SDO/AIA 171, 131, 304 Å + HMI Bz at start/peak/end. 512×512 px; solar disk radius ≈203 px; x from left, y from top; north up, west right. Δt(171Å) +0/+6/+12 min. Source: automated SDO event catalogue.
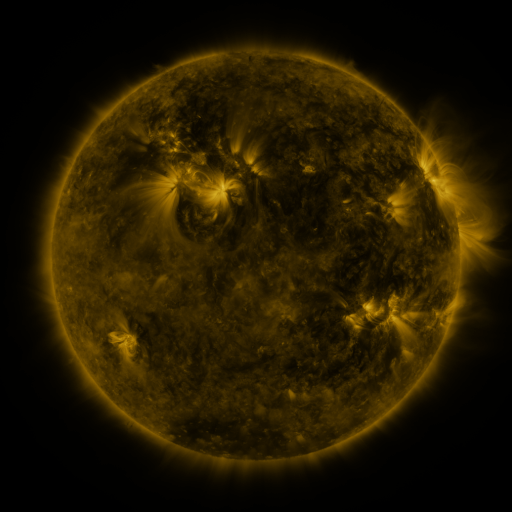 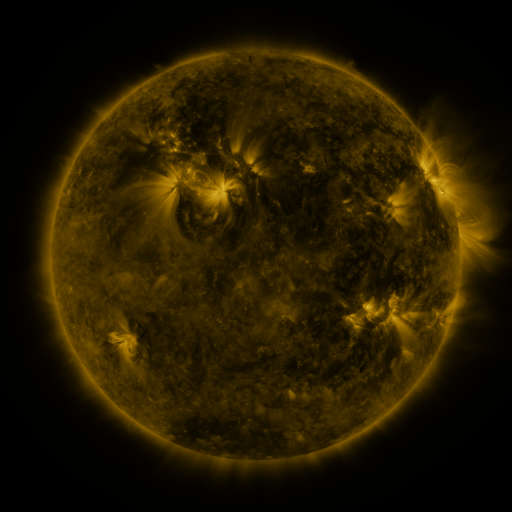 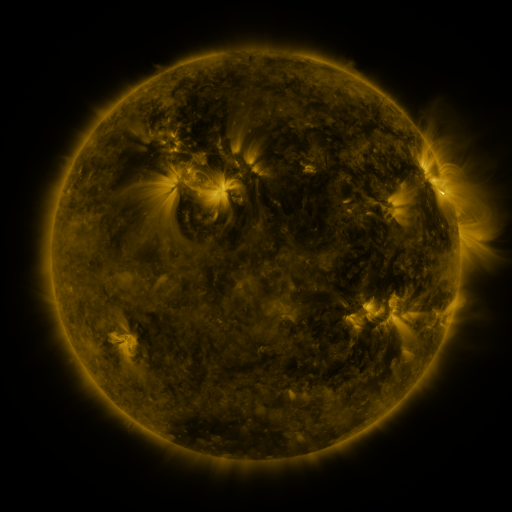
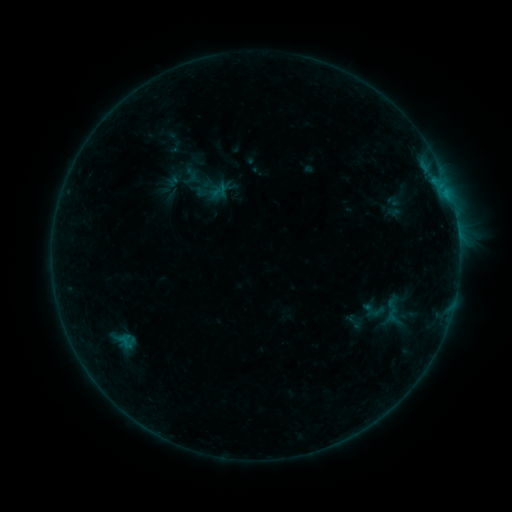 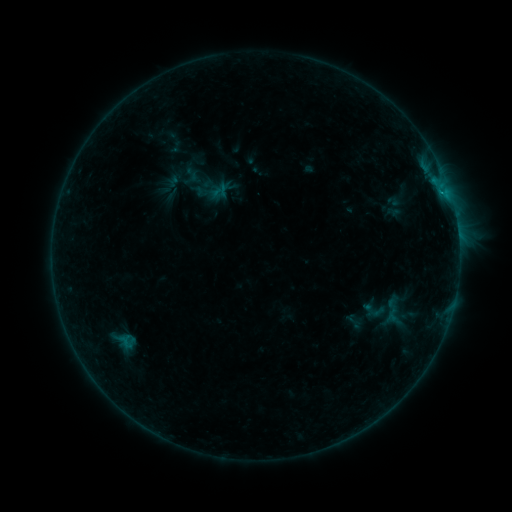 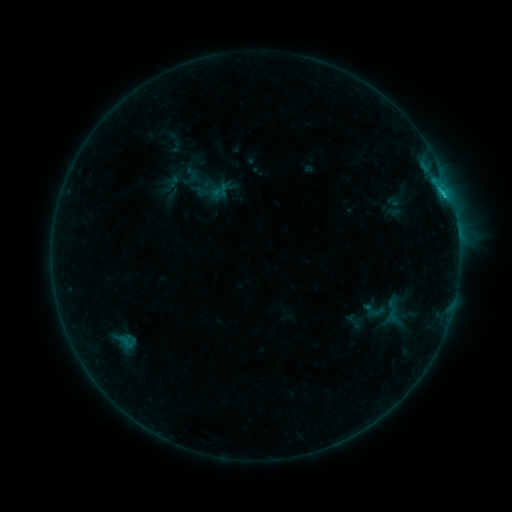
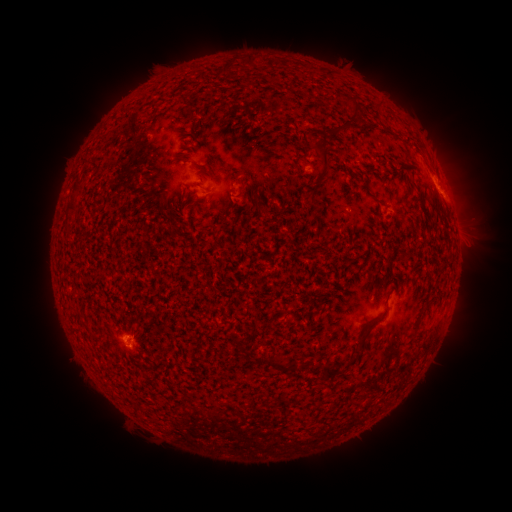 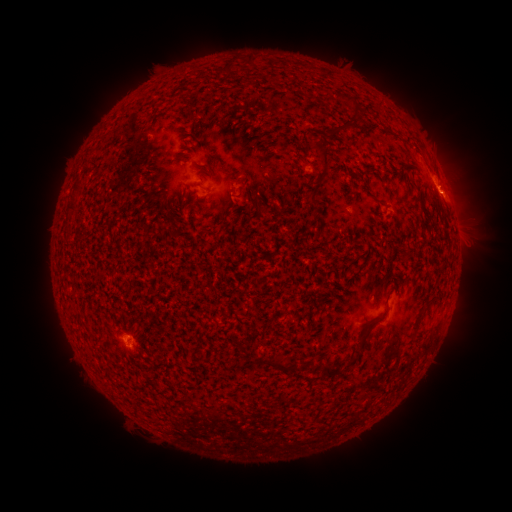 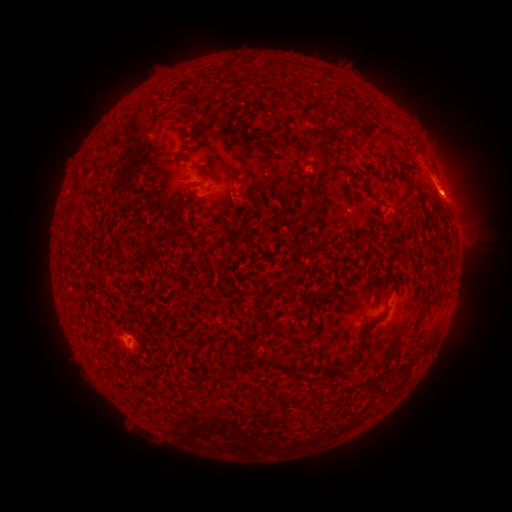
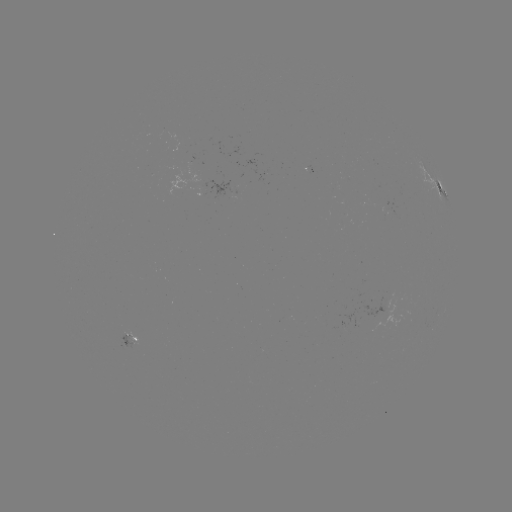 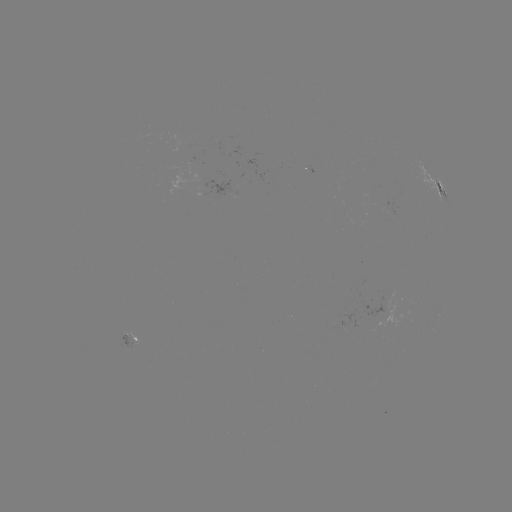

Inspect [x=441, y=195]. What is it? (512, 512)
C1.4 flare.